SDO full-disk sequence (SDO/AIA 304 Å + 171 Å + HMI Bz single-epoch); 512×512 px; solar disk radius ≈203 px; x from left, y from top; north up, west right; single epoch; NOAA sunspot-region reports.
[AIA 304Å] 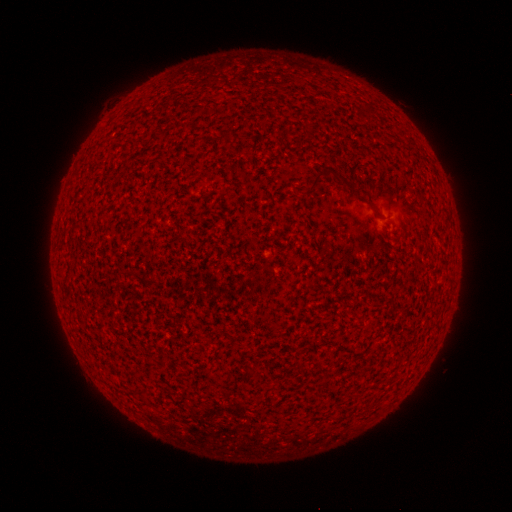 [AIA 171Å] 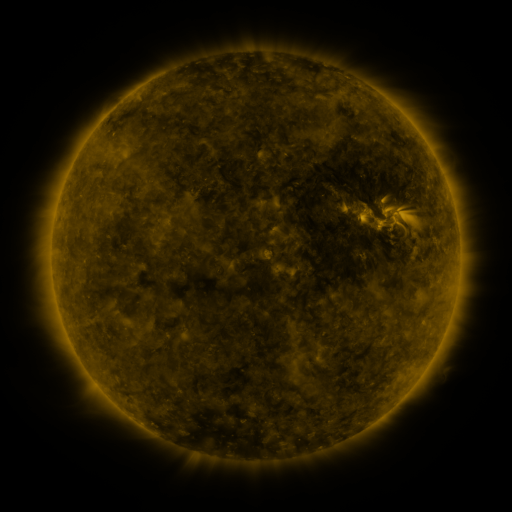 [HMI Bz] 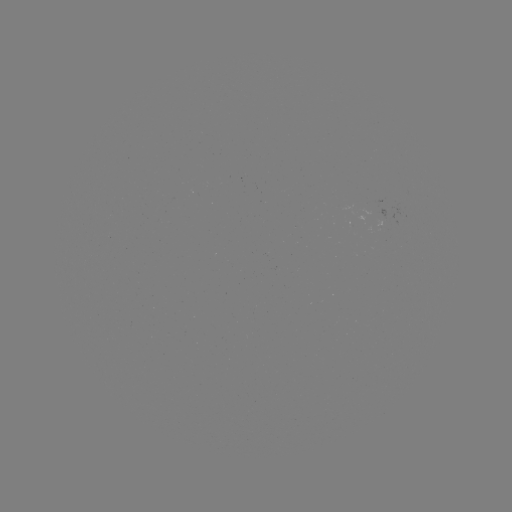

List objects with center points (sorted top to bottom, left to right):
(none)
